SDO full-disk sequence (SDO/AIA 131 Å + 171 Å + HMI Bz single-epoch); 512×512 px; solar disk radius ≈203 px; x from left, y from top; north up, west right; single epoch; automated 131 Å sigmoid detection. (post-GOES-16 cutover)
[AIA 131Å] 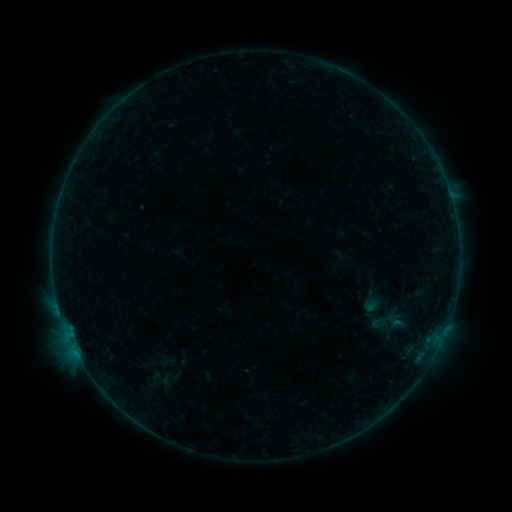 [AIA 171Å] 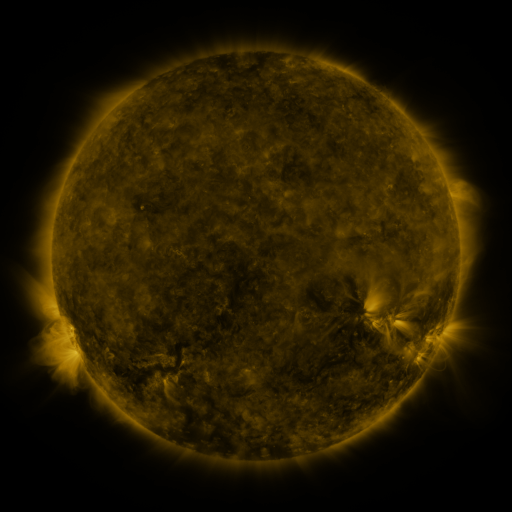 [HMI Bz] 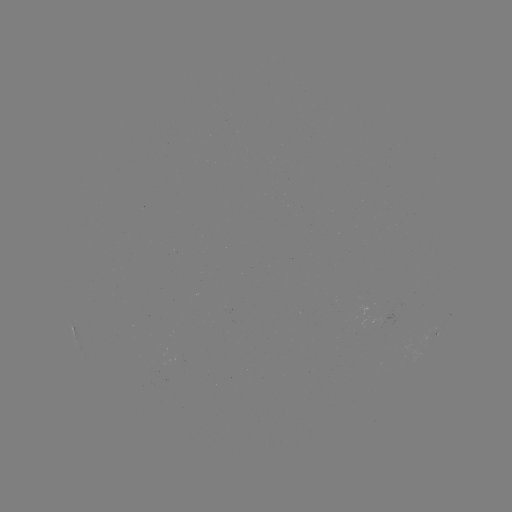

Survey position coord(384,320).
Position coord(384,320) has sigmoid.